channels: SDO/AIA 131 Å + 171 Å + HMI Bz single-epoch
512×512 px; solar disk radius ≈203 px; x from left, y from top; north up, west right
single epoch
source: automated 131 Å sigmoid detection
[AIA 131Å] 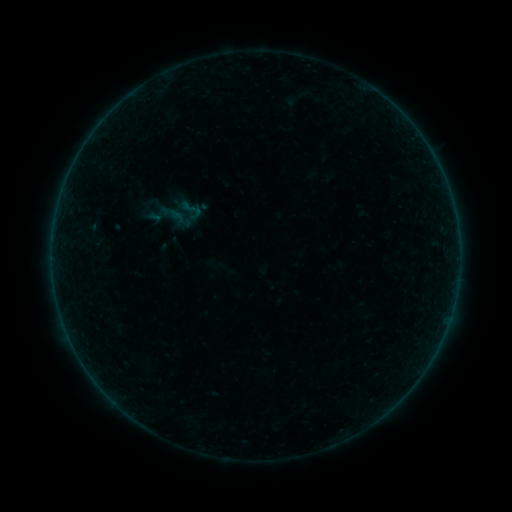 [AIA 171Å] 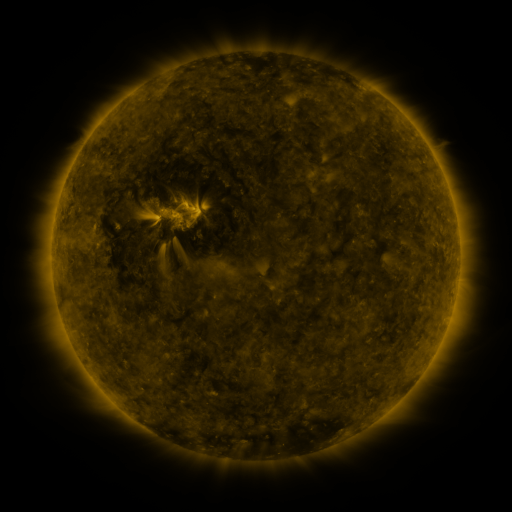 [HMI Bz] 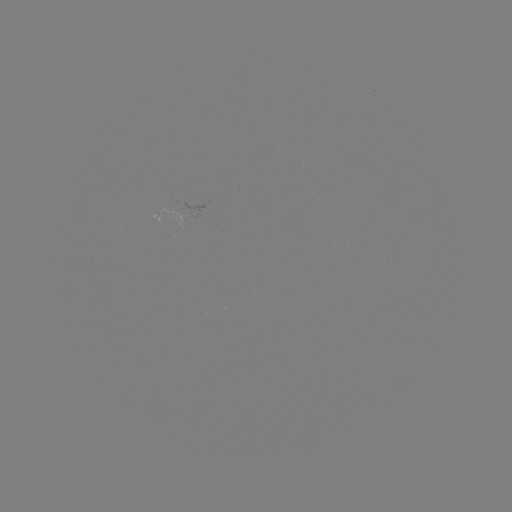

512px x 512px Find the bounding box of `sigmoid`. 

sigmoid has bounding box [178, 197, 205, 223].